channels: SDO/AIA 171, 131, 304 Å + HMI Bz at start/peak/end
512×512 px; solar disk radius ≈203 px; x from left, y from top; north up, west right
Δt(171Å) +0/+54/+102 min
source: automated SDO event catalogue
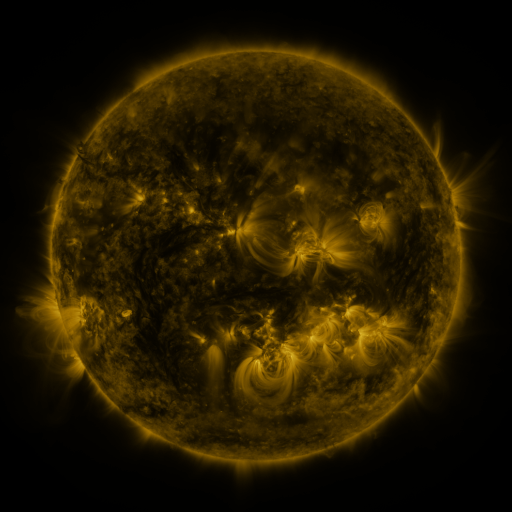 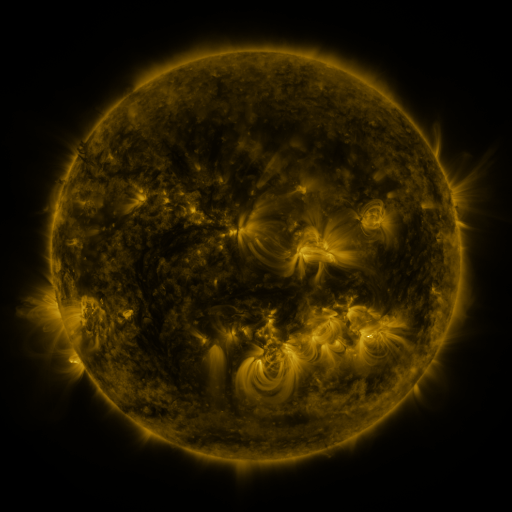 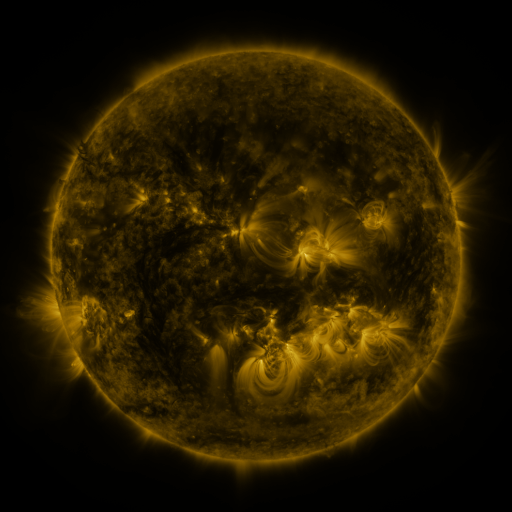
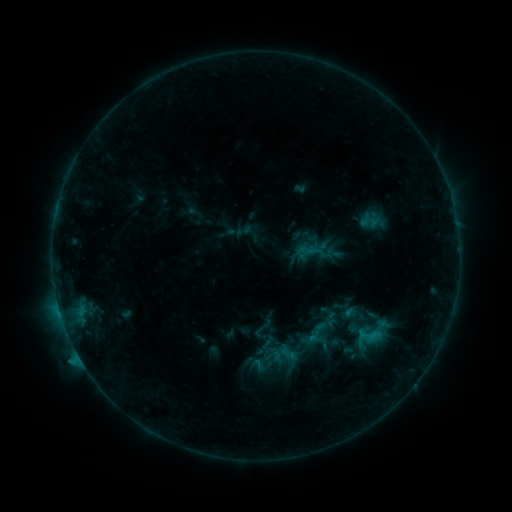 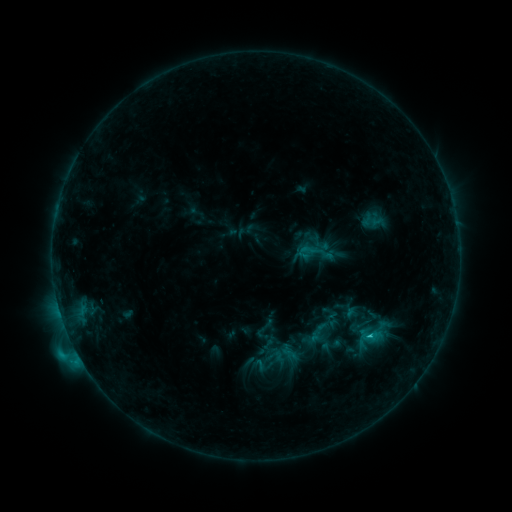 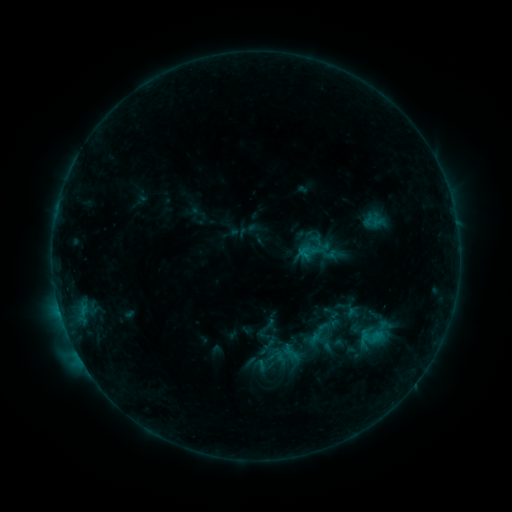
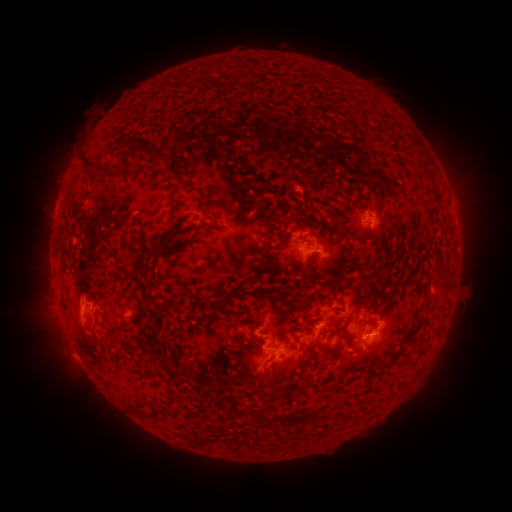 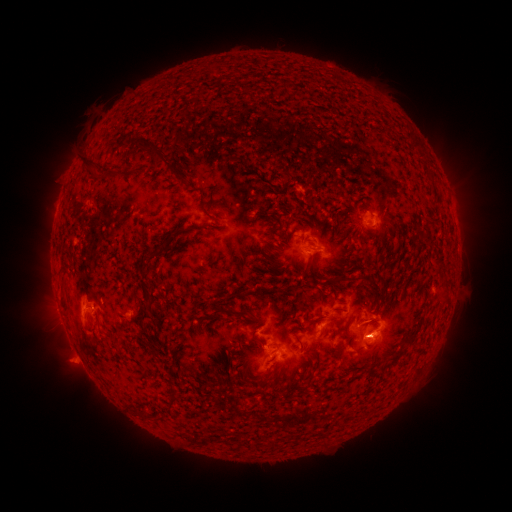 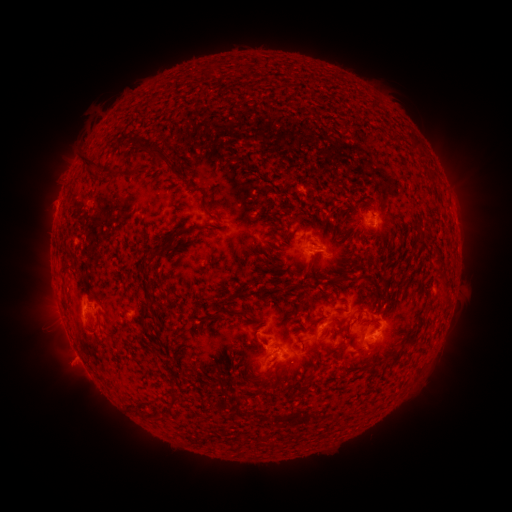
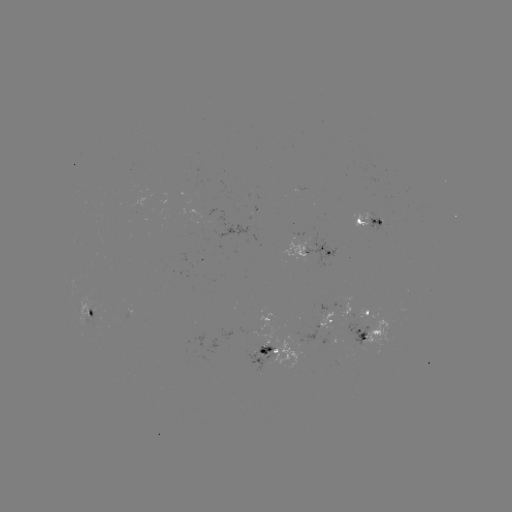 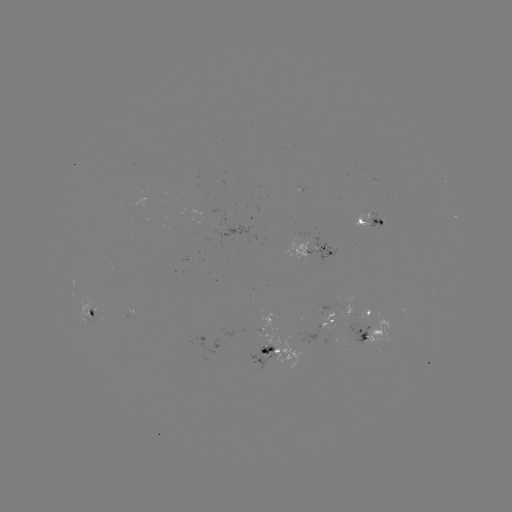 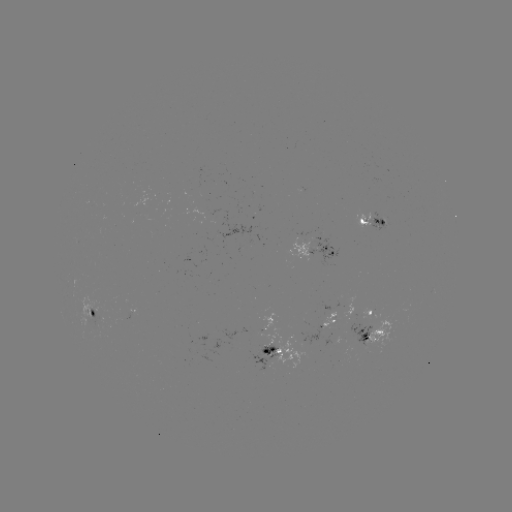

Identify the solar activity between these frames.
C2.2 flare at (75, 348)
